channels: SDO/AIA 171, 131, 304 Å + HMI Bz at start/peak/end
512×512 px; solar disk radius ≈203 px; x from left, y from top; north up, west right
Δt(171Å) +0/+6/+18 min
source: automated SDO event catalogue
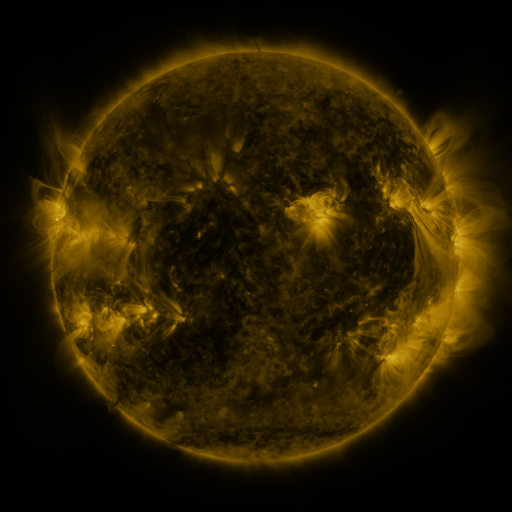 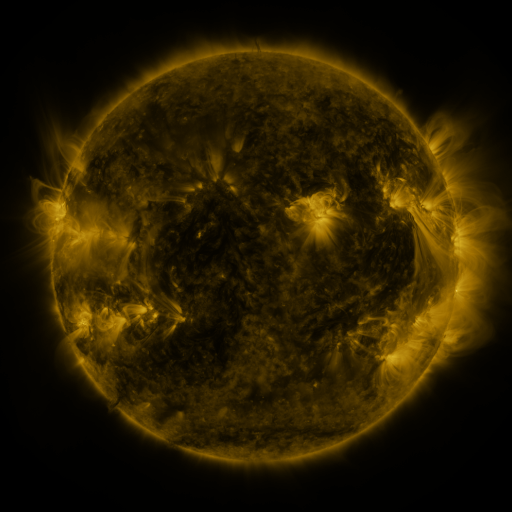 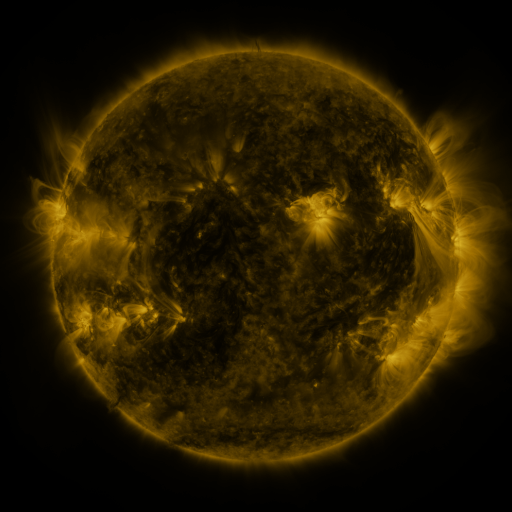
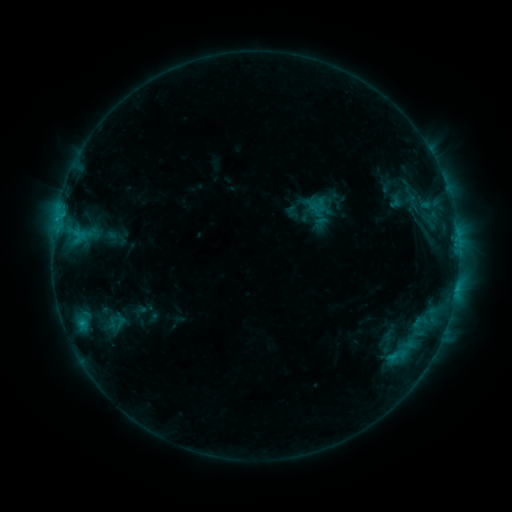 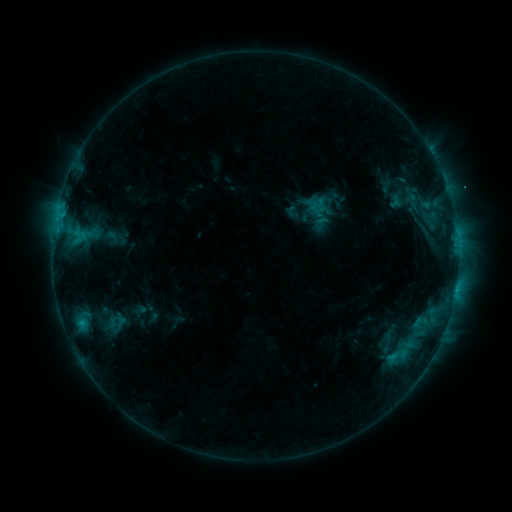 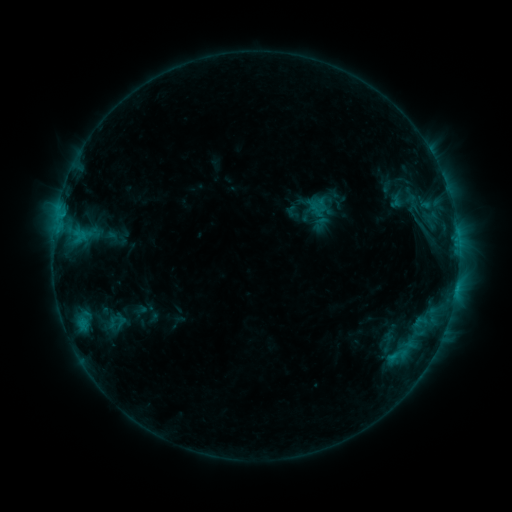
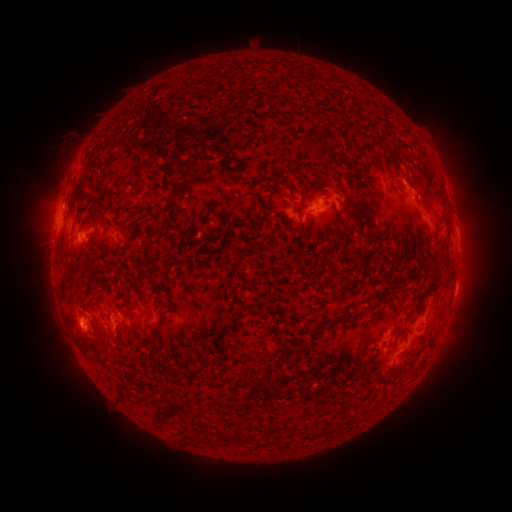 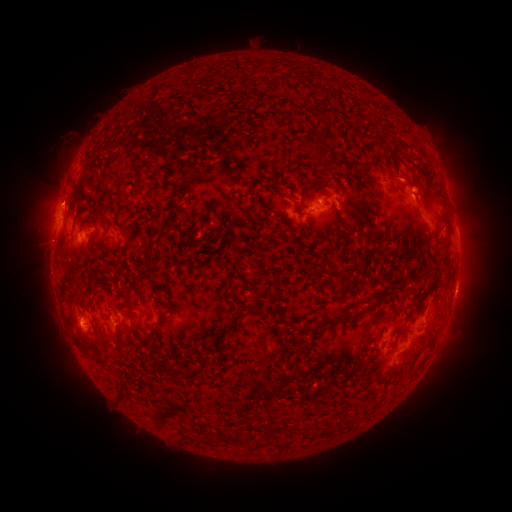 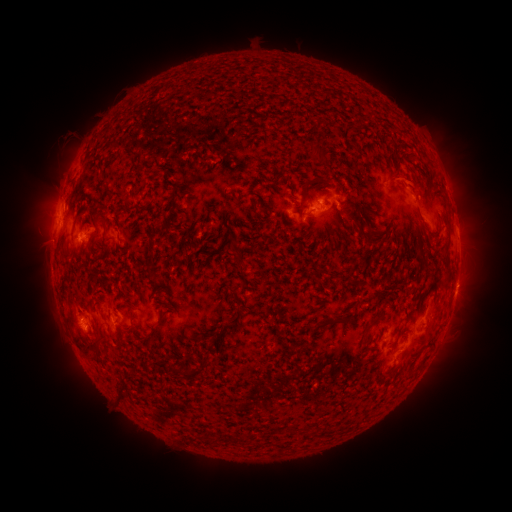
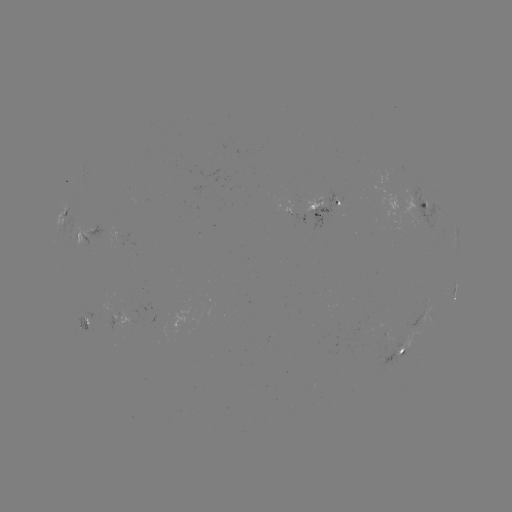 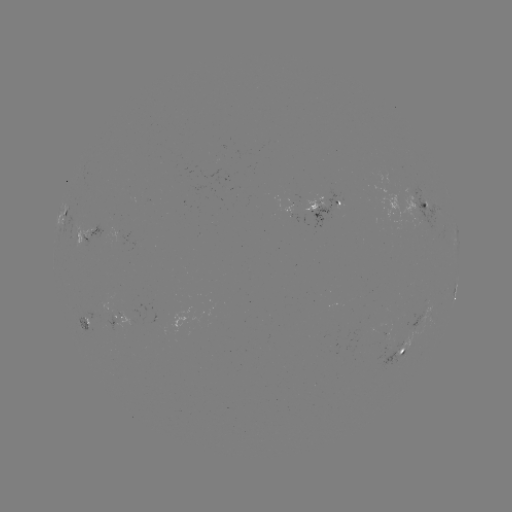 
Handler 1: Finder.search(eruption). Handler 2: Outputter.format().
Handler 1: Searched eruption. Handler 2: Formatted (417, 183).